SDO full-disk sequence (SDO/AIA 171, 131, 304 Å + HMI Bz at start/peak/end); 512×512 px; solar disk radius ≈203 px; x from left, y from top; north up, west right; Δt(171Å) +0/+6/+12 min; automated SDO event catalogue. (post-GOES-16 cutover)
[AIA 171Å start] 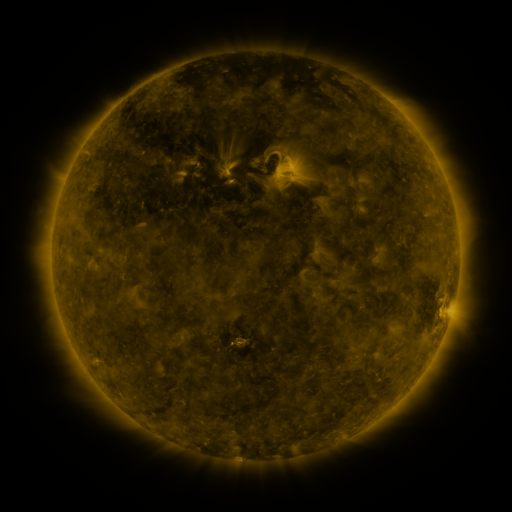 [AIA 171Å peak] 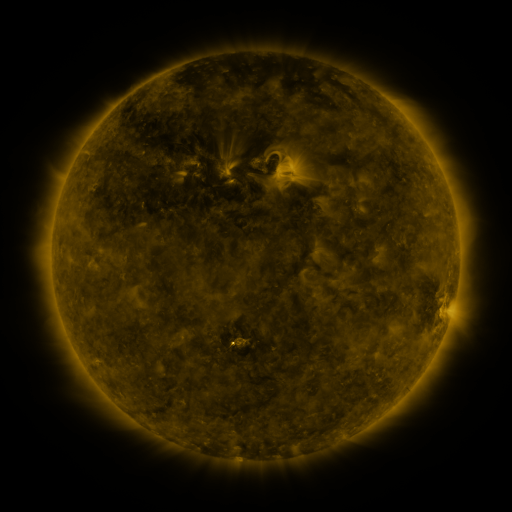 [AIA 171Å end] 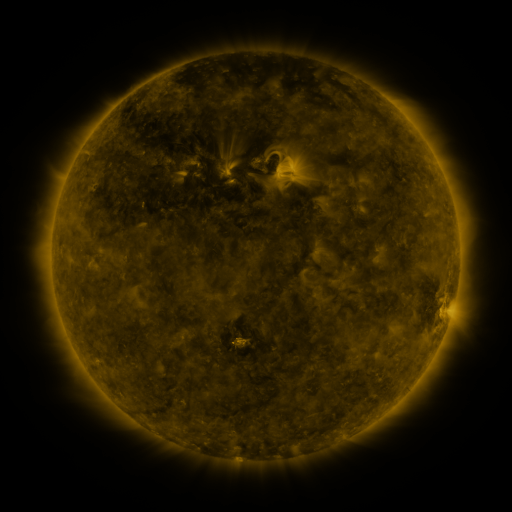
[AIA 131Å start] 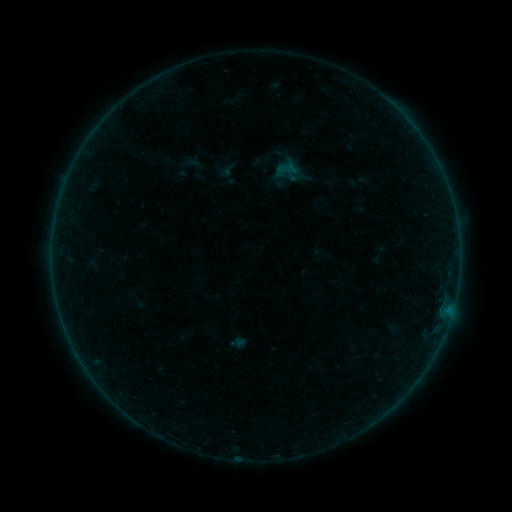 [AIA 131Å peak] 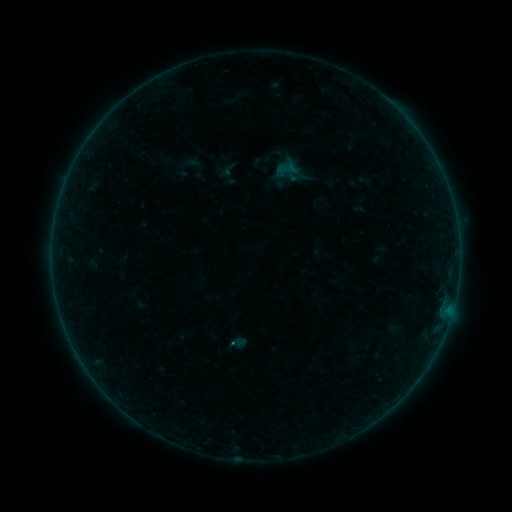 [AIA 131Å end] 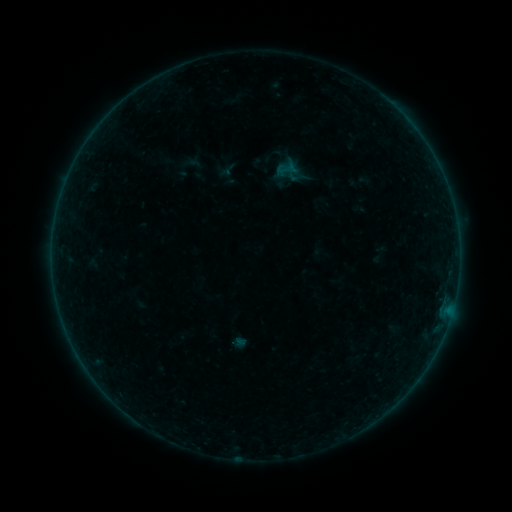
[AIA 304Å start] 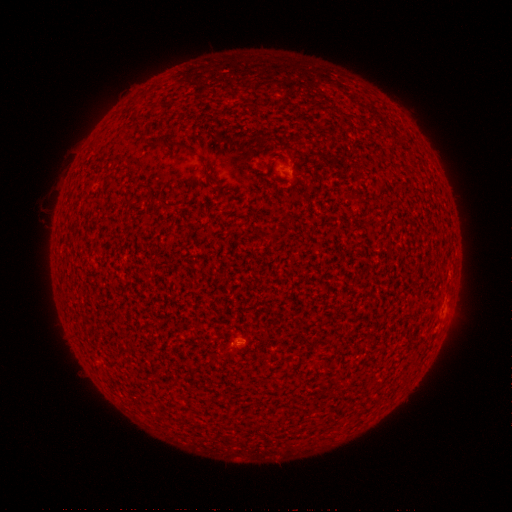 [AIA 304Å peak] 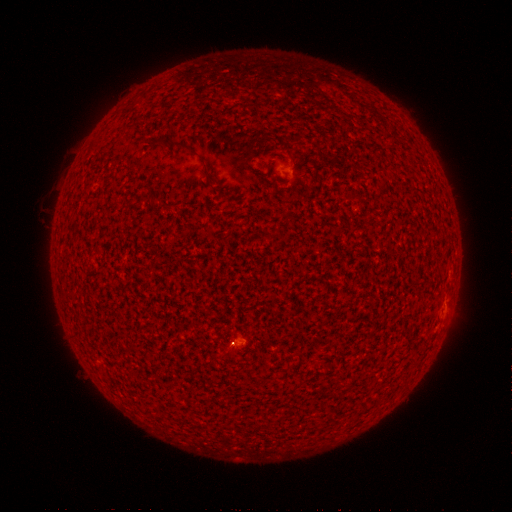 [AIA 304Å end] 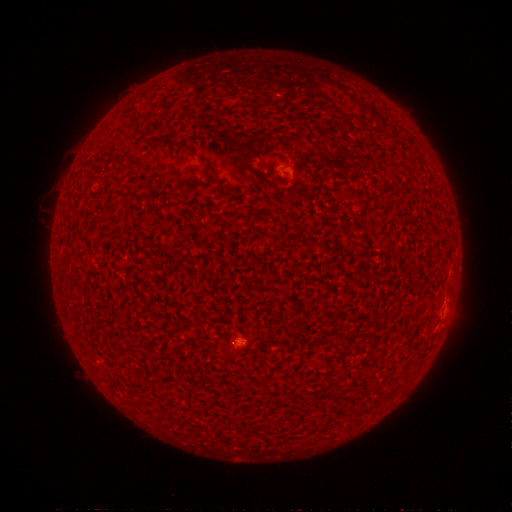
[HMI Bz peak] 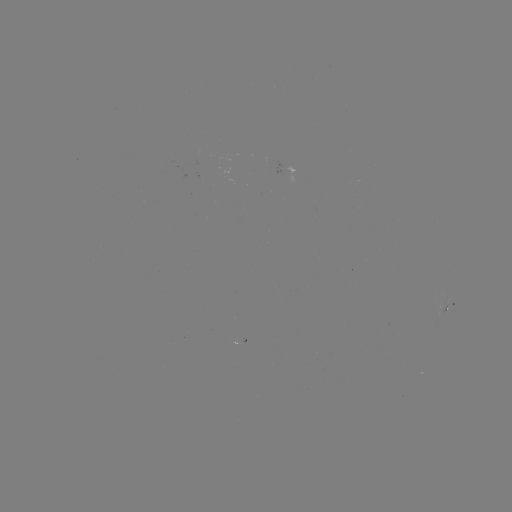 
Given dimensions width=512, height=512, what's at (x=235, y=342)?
B1.8 flare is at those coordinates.